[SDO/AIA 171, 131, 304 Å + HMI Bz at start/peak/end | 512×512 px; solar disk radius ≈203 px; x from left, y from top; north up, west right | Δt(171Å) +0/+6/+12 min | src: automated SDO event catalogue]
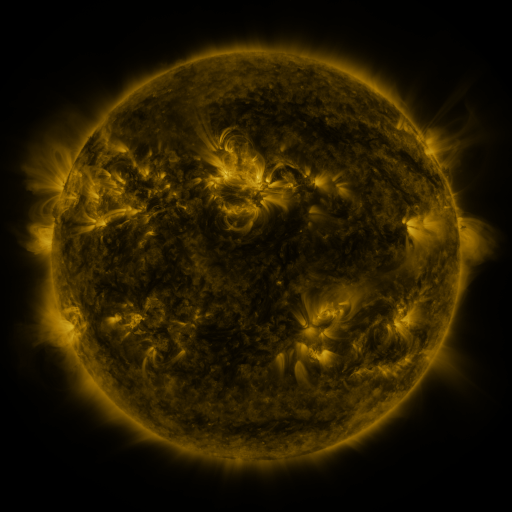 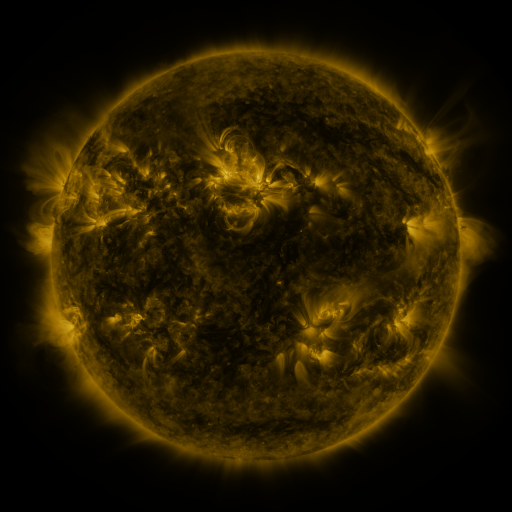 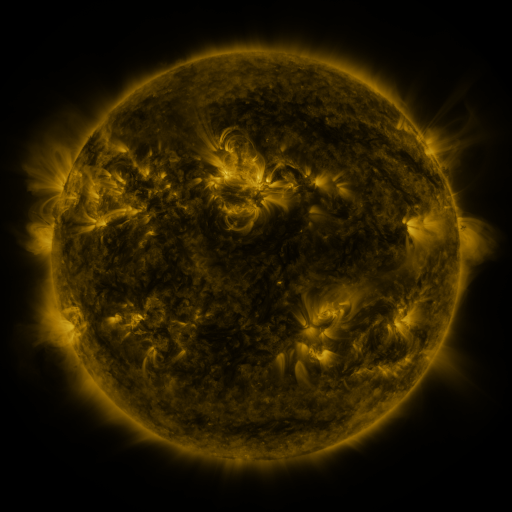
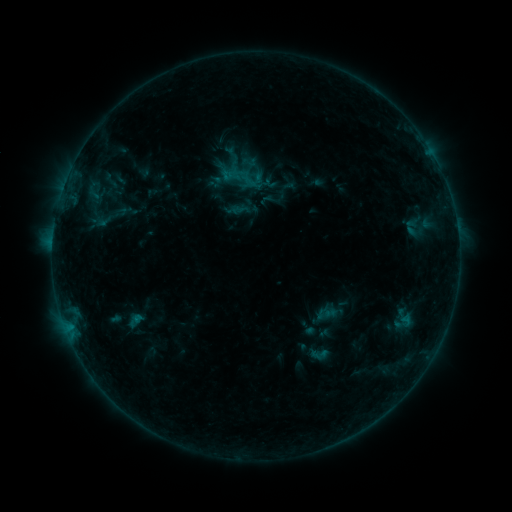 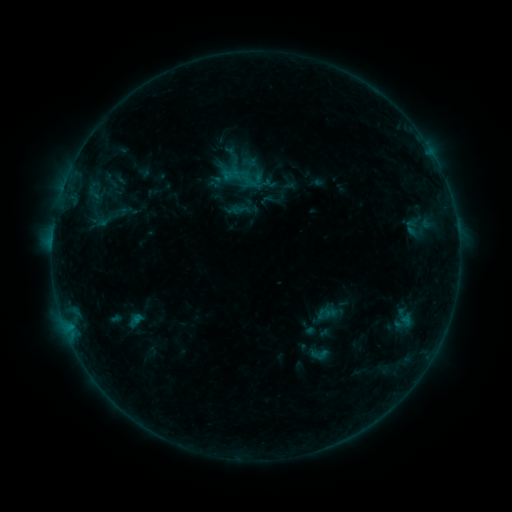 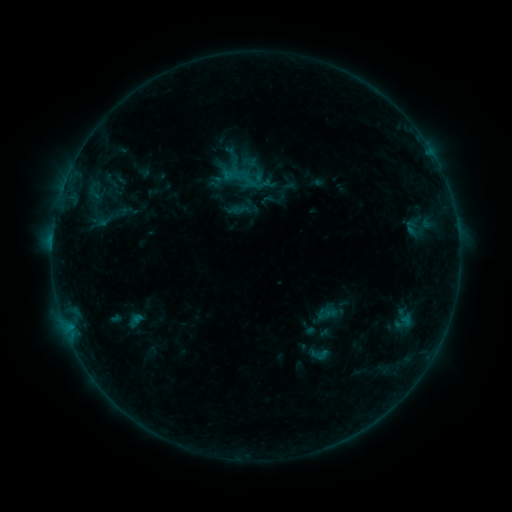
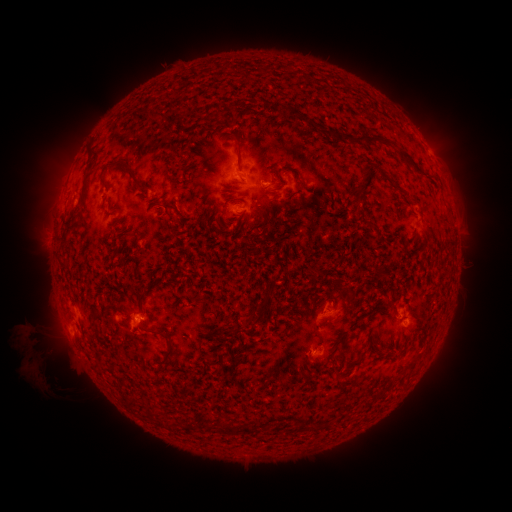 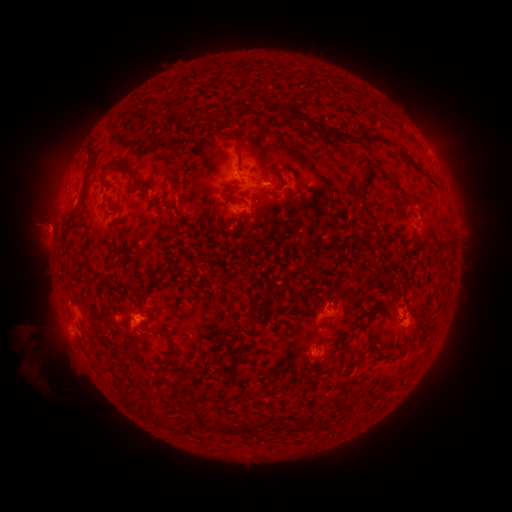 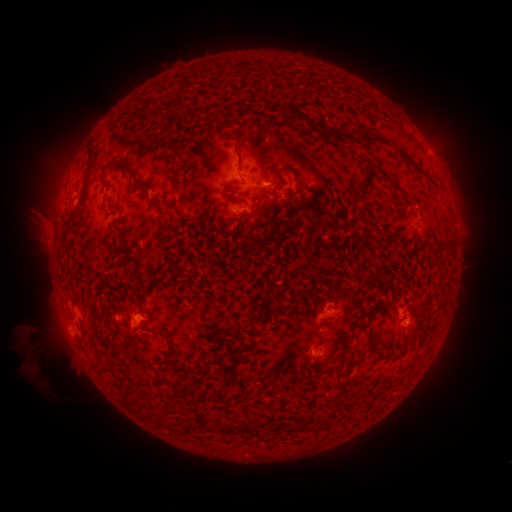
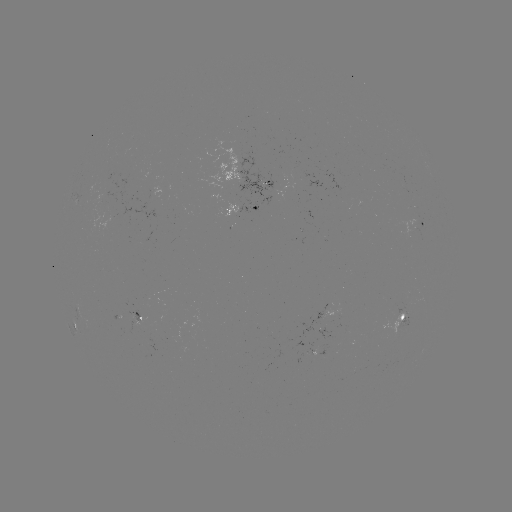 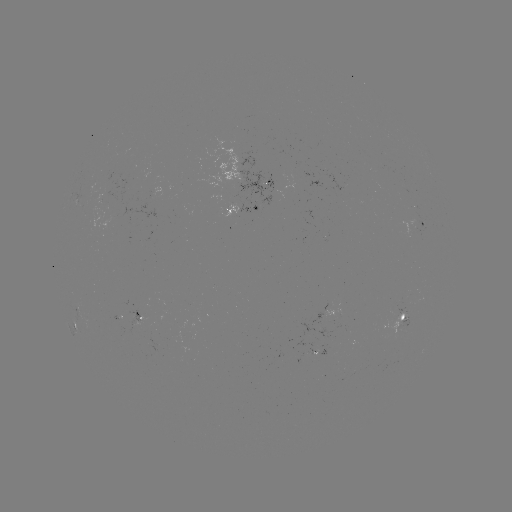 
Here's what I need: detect eruption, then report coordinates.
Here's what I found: eruption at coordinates (45, 222).